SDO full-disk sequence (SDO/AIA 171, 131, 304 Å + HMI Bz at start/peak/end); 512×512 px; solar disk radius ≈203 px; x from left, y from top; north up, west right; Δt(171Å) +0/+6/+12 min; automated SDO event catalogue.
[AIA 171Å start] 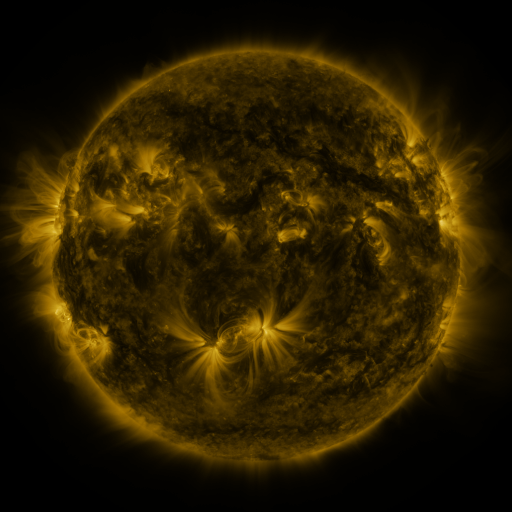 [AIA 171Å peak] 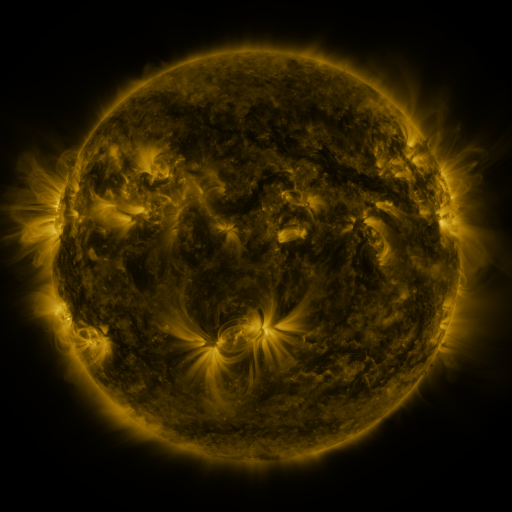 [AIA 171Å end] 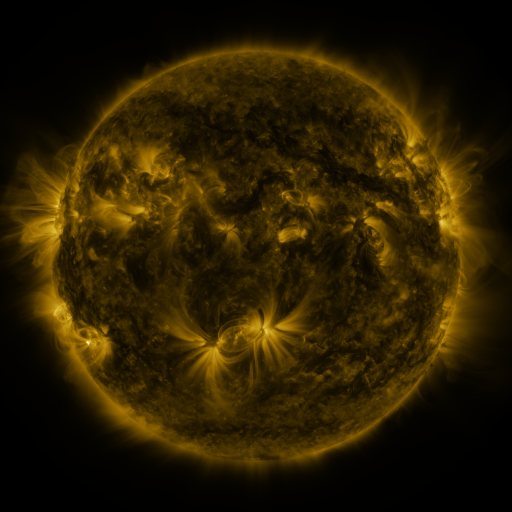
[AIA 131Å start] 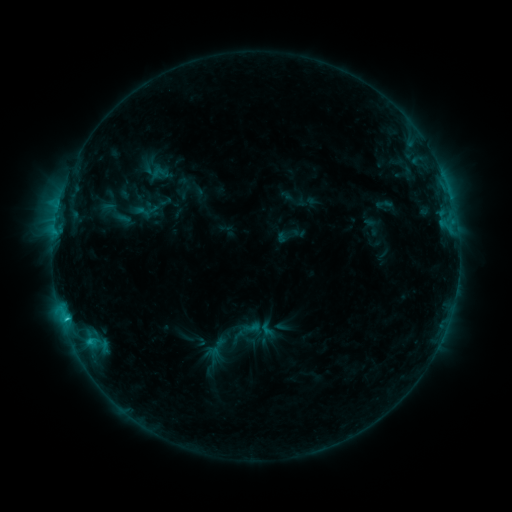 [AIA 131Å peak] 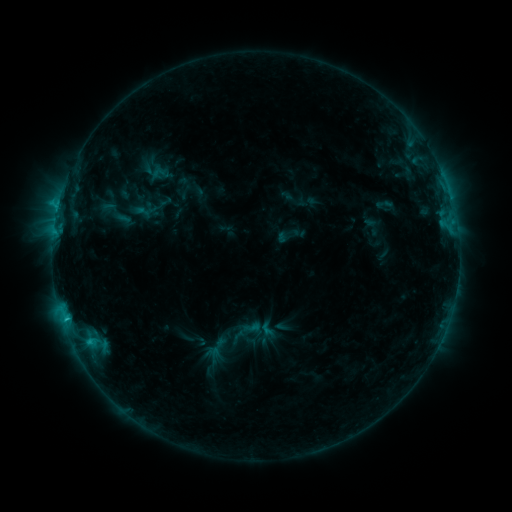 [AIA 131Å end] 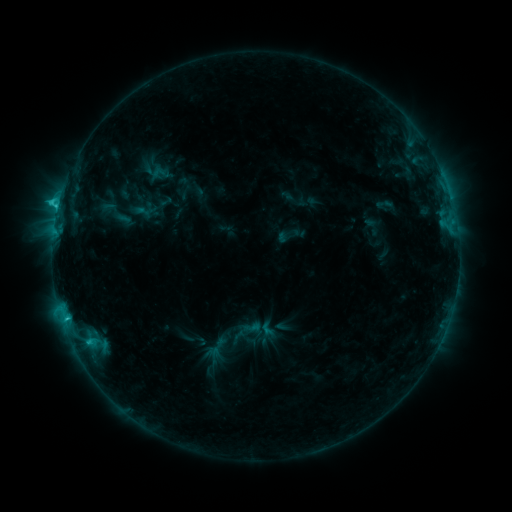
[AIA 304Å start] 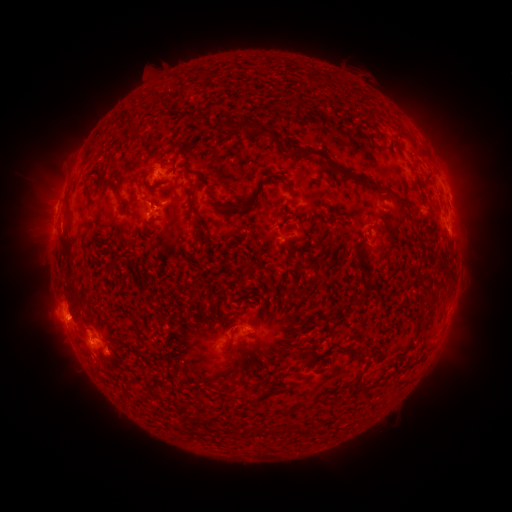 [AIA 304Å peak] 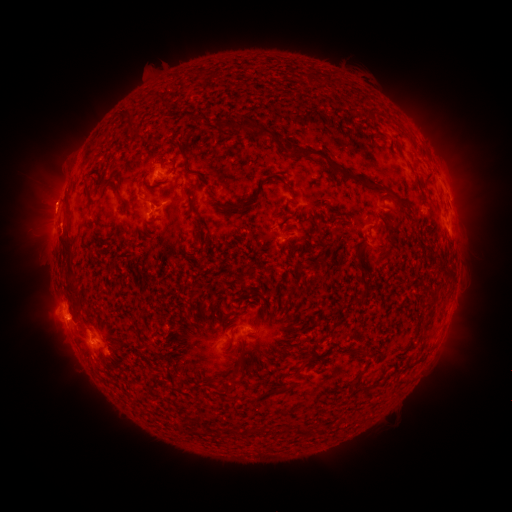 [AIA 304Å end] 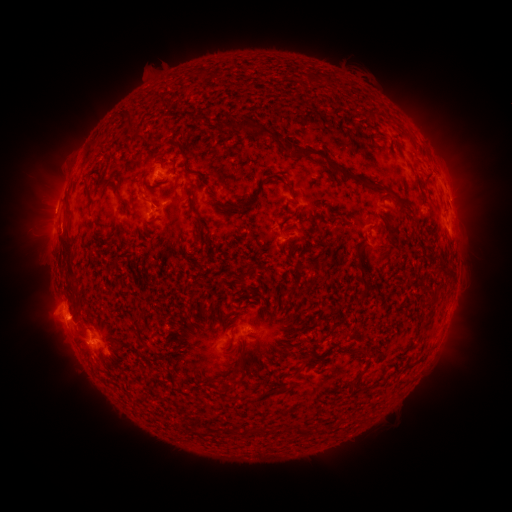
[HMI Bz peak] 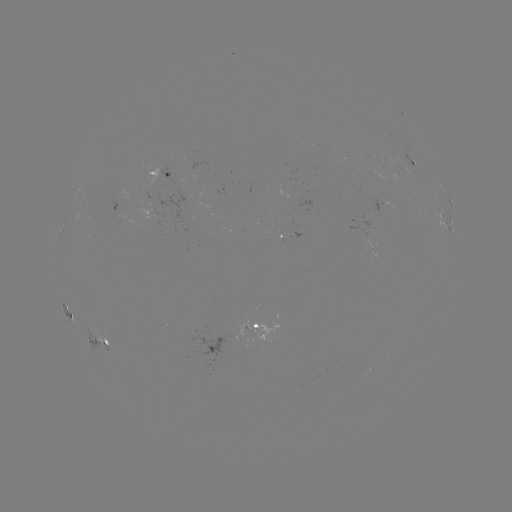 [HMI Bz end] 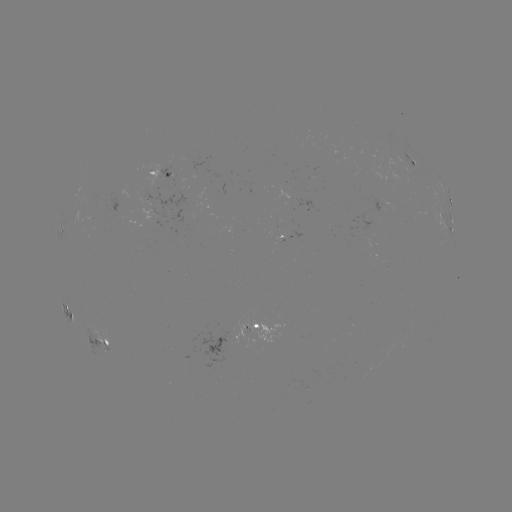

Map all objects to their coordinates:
eruption: (50, 200)
